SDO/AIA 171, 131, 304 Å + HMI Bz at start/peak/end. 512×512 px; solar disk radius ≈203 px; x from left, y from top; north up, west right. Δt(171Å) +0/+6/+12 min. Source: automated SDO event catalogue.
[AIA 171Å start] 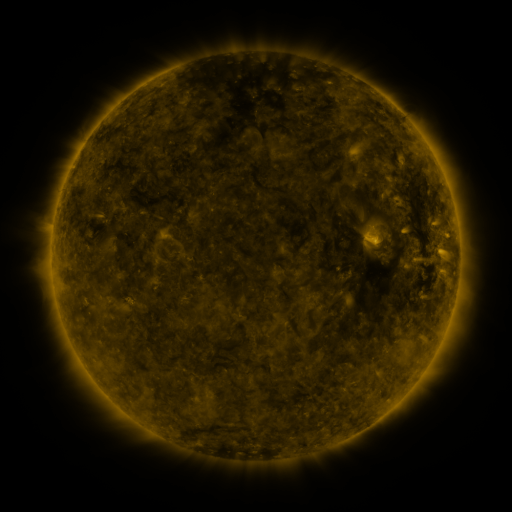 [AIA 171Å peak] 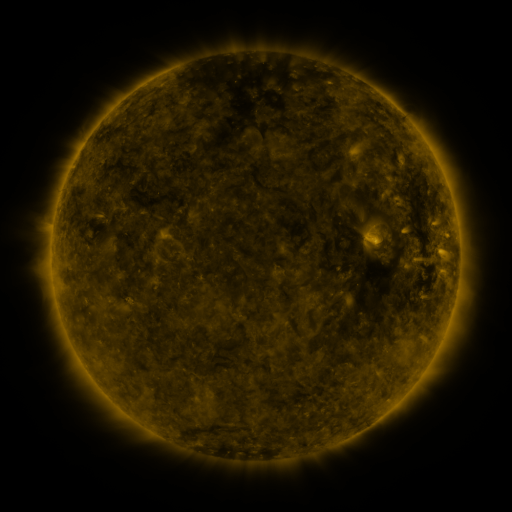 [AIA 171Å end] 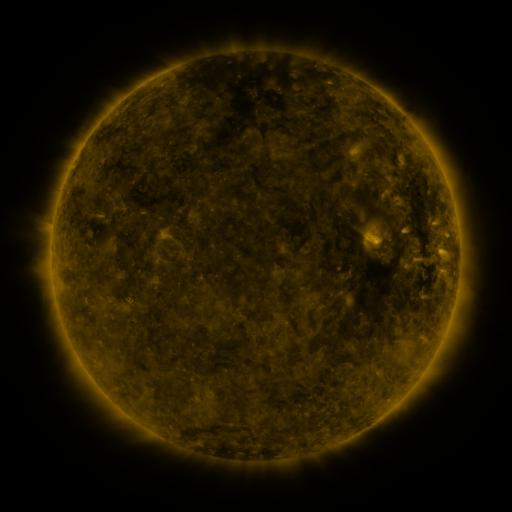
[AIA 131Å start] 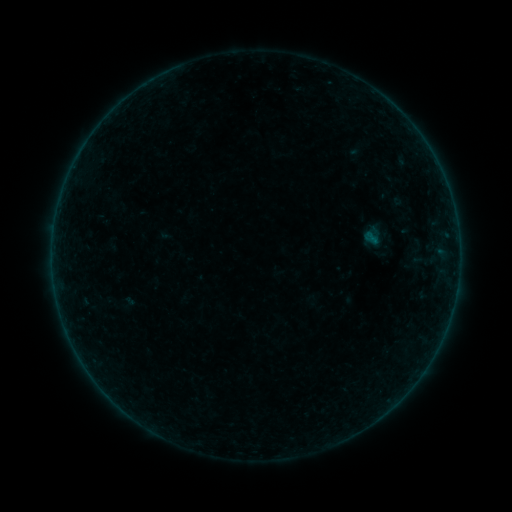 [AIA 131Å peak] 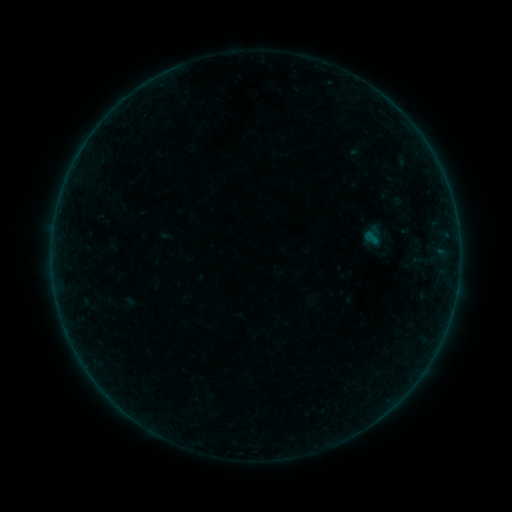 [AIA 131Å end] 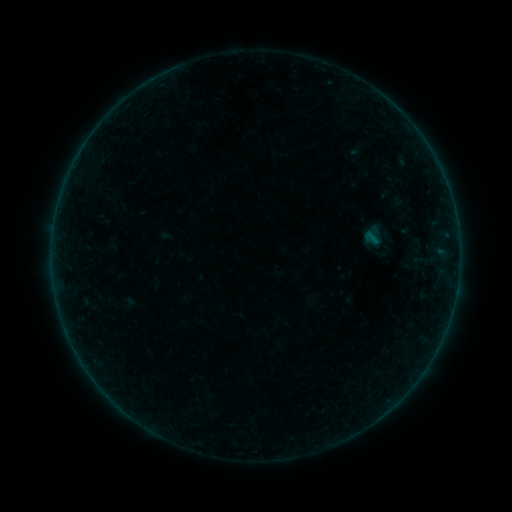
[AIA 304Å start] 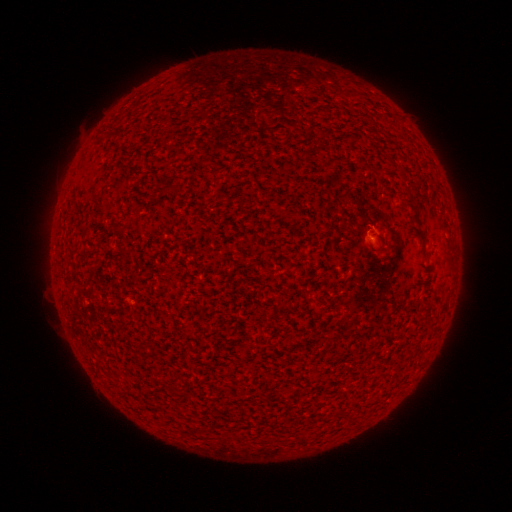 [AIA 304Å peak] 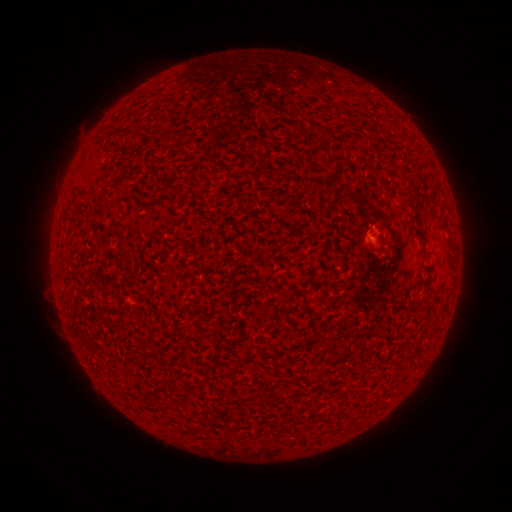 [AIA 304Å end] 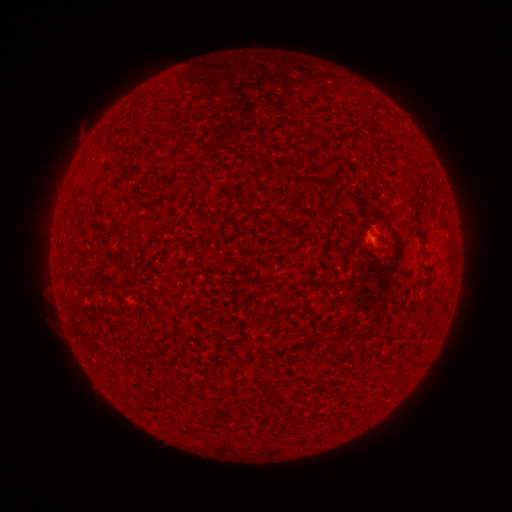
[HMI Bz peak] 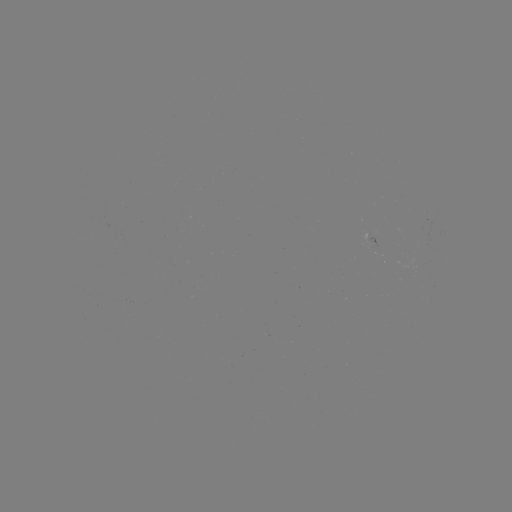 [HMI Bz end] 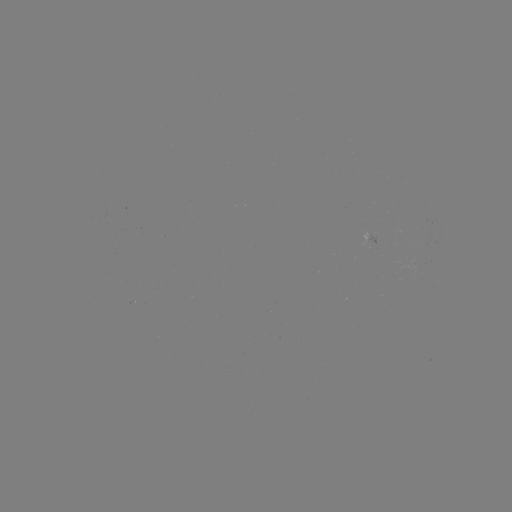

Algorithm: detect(A3.5 flare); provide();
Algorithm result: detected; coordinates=(370, 238)